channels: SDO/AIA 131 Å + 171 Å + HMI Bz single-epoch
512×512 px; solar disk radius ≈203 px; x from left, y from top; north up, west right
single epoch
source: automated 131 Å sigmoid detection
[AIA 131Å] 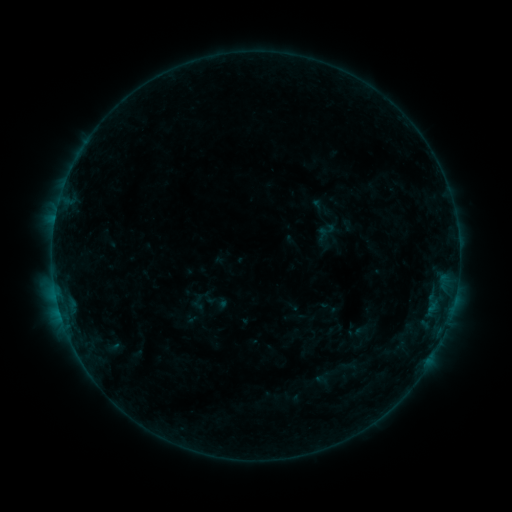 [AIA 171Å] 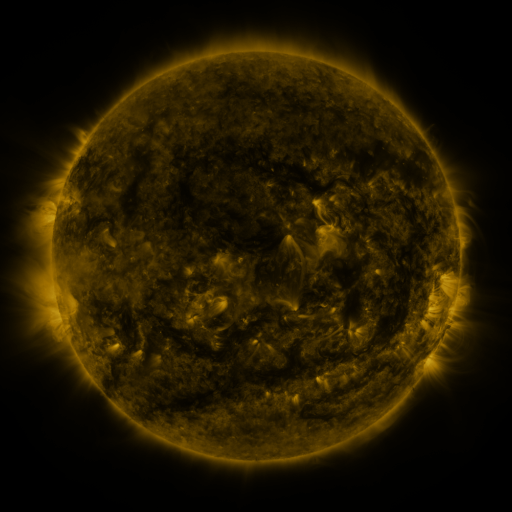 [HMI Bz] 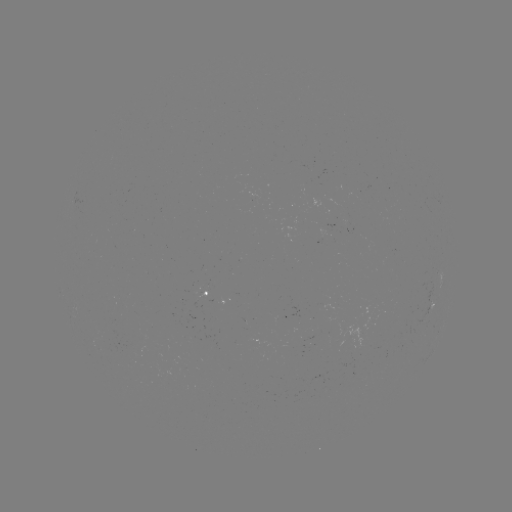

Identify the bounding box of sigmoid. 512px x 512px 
[319, 221, 337, 237].